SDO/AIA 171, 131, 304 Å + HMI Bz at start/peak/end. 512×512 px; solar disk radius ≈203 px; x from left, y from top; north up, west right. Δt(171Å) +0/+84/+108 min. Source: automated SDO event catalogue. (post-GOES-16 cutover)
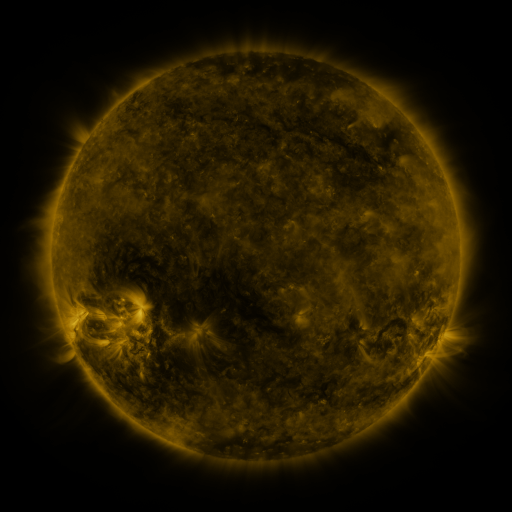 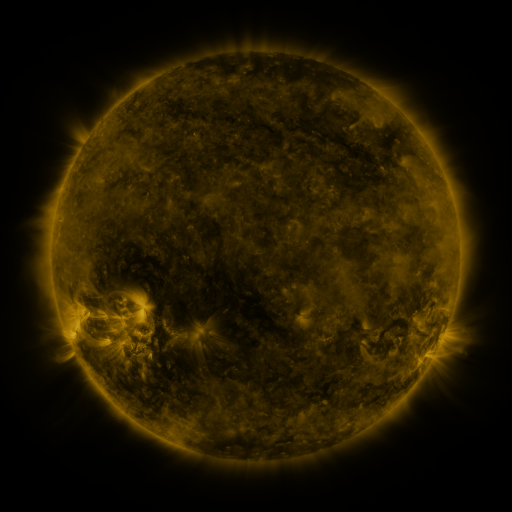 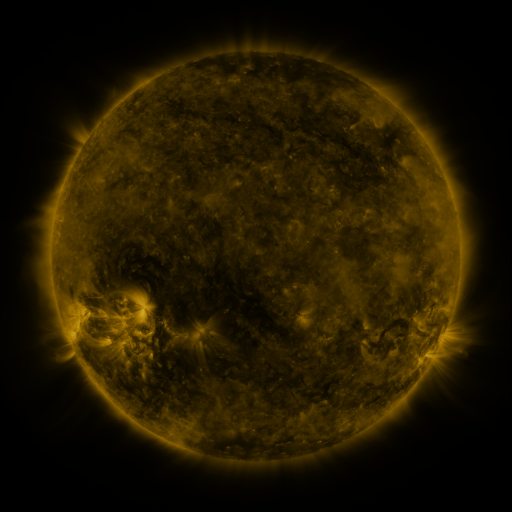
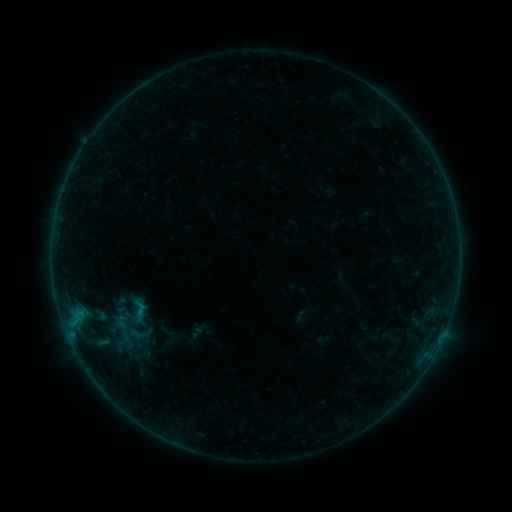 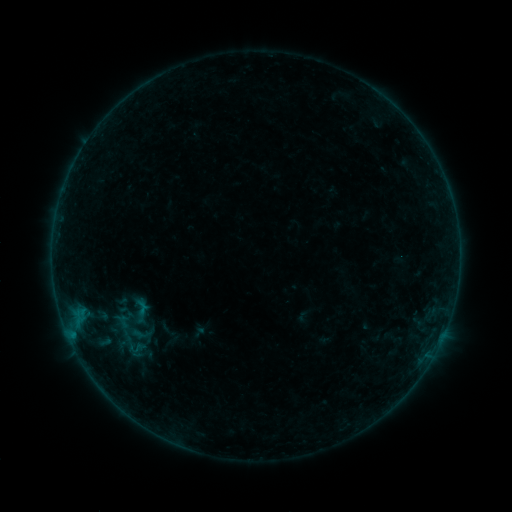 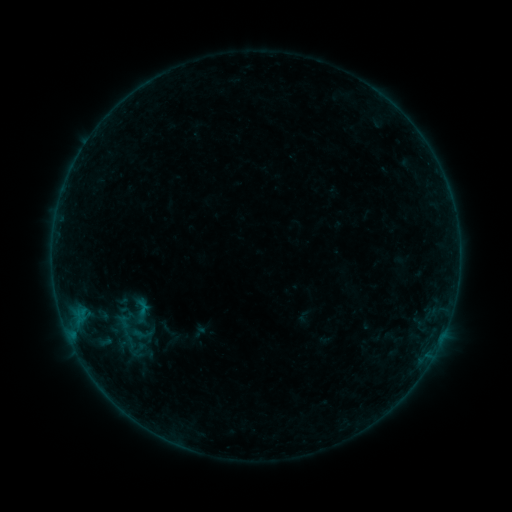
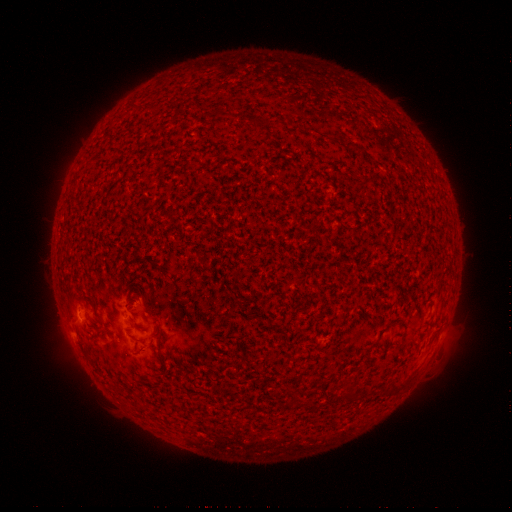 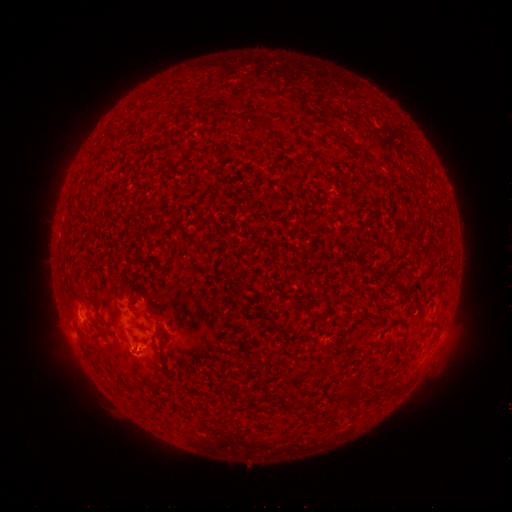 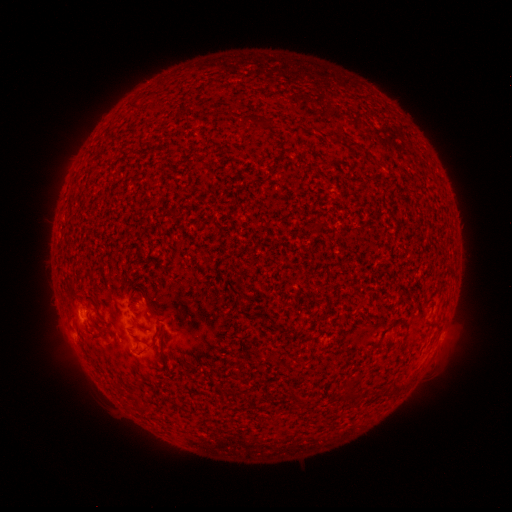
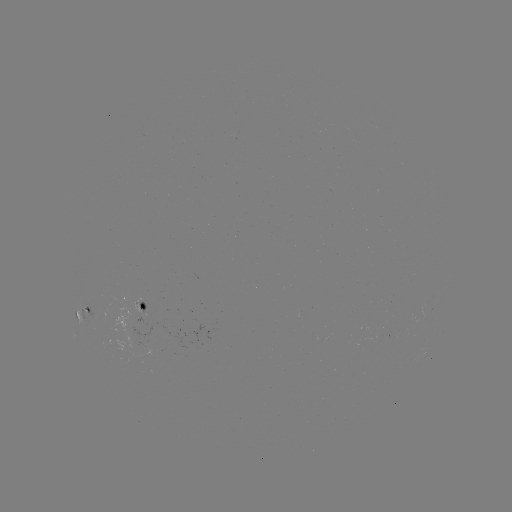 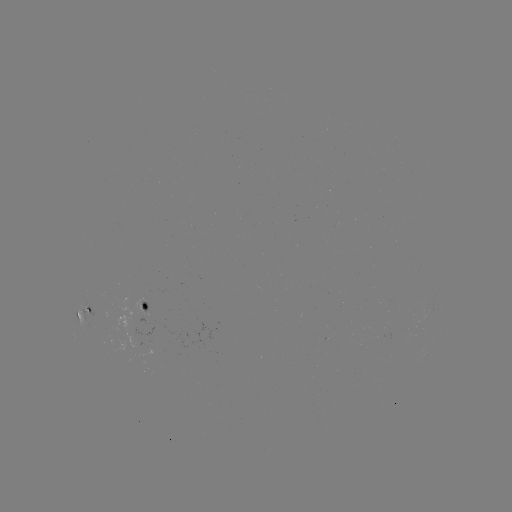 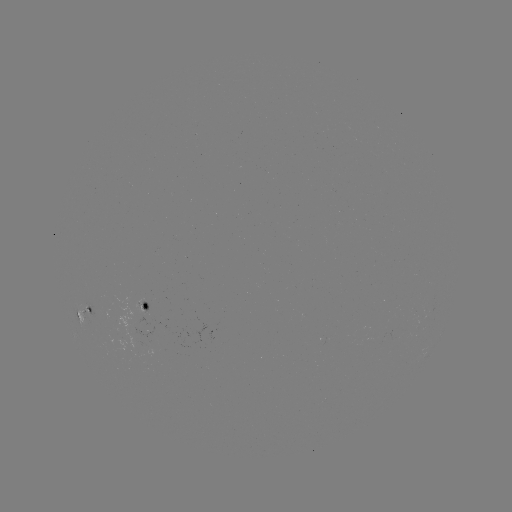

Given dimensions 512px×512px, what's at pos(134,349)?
B1.9 flare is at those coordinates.